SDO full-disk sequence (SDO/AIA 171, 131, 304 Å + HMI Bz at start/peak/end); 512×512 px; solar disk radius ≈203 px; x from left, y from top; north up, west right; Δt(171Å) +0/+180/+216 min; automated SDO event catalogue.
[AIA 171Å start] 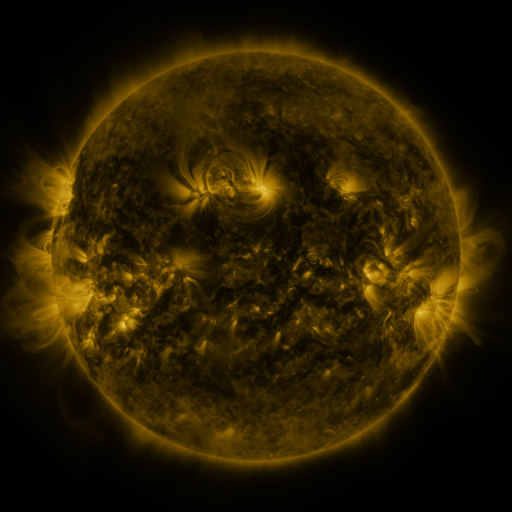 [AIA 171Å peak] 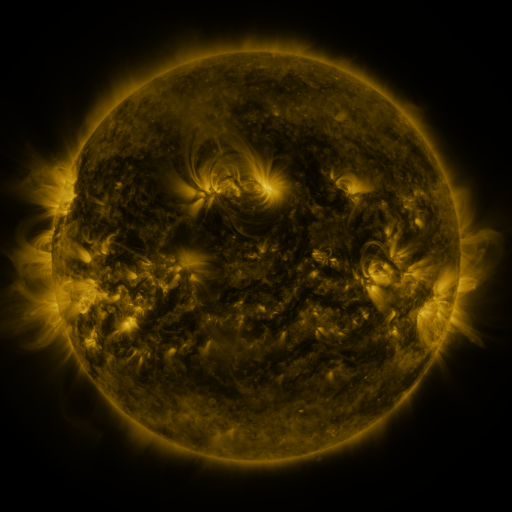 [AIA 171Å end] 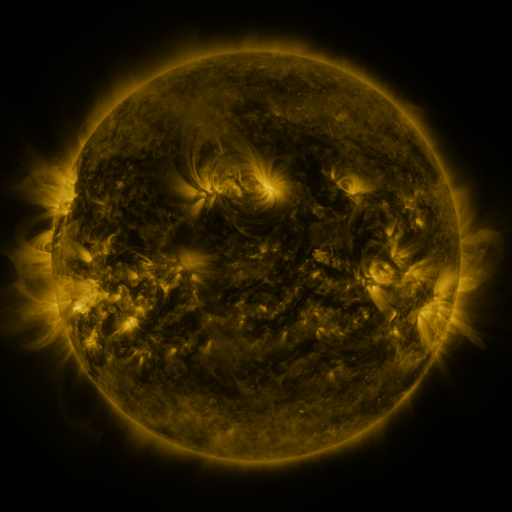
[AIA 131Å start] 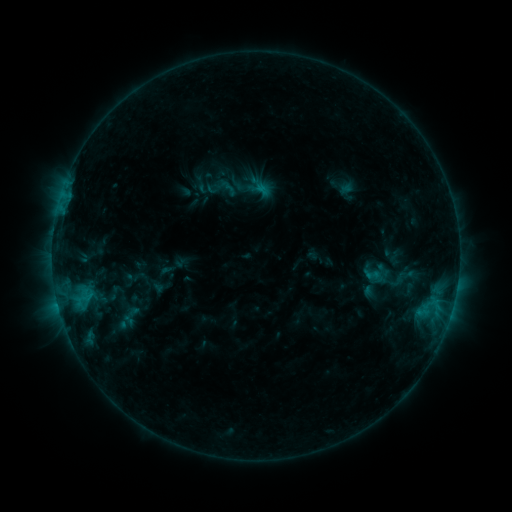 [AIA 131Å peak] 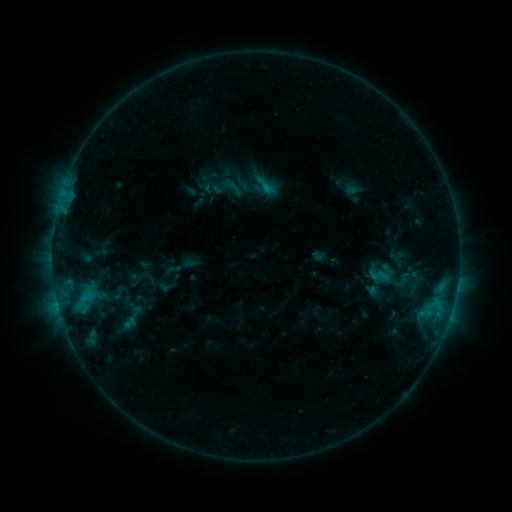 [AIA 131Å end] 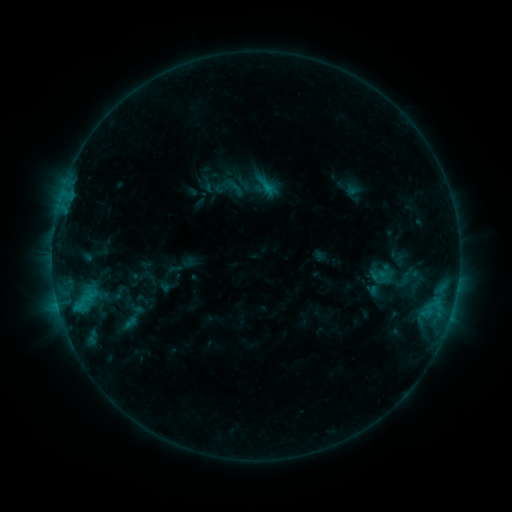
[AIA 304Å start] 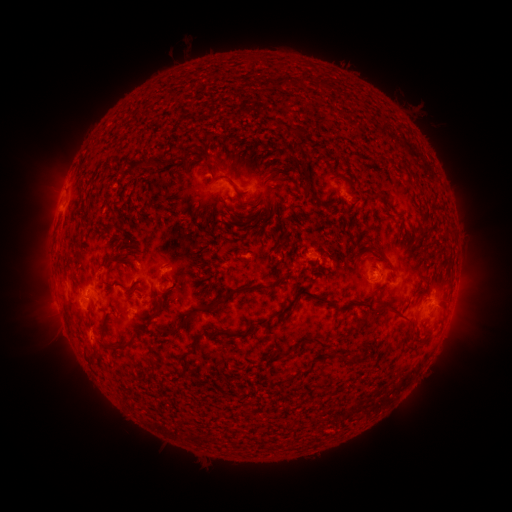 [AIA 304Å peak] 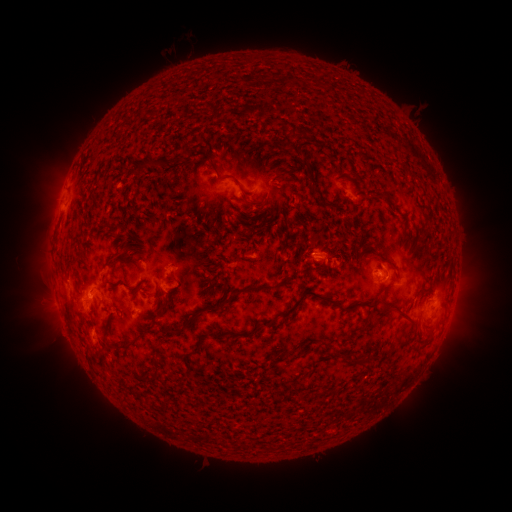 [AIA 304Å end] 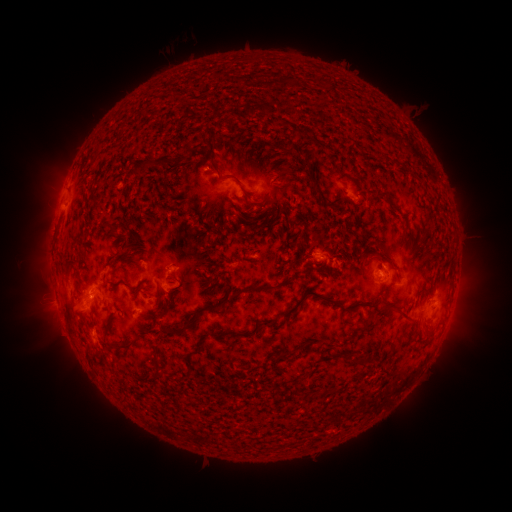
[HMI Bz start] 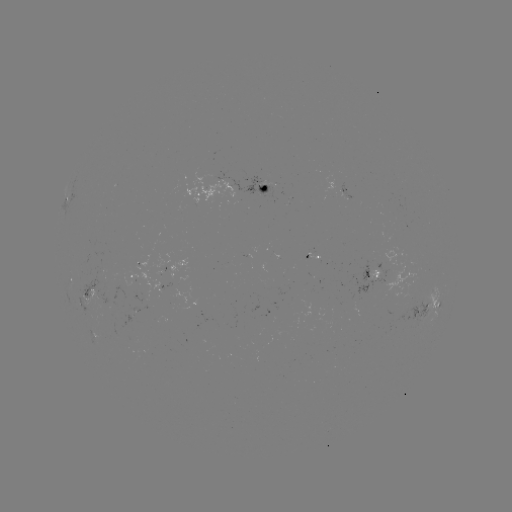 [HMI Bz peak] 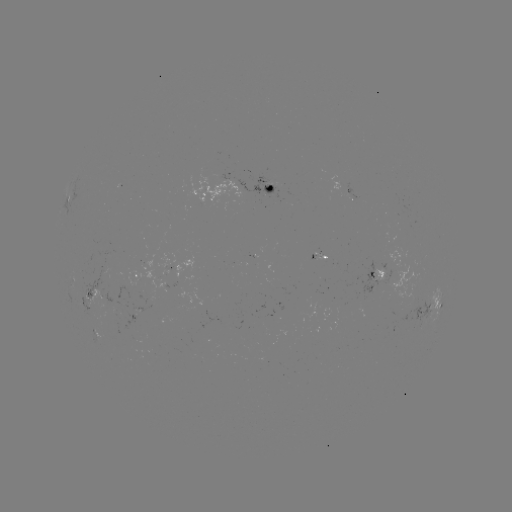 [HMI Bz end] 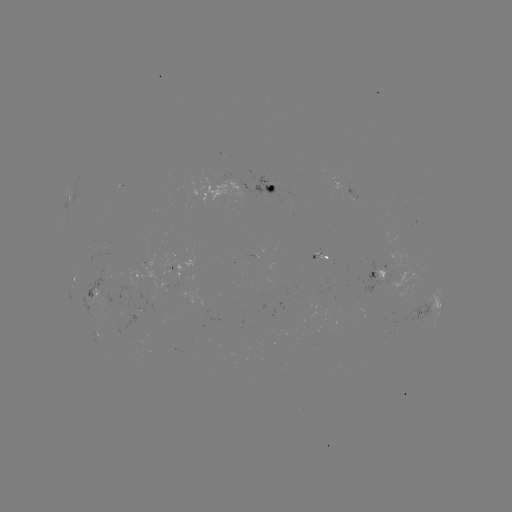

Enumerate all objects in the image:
emerging-flux region: (267, 184)
